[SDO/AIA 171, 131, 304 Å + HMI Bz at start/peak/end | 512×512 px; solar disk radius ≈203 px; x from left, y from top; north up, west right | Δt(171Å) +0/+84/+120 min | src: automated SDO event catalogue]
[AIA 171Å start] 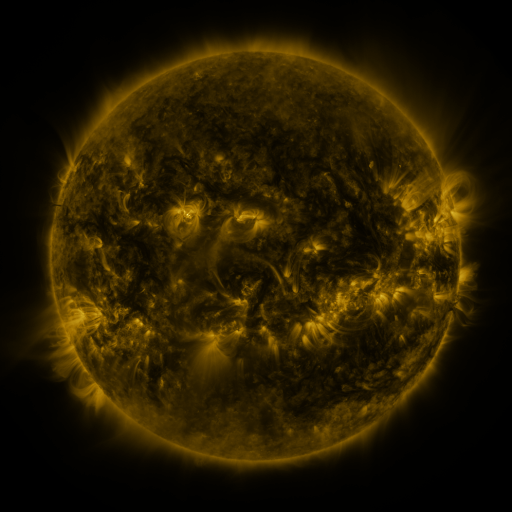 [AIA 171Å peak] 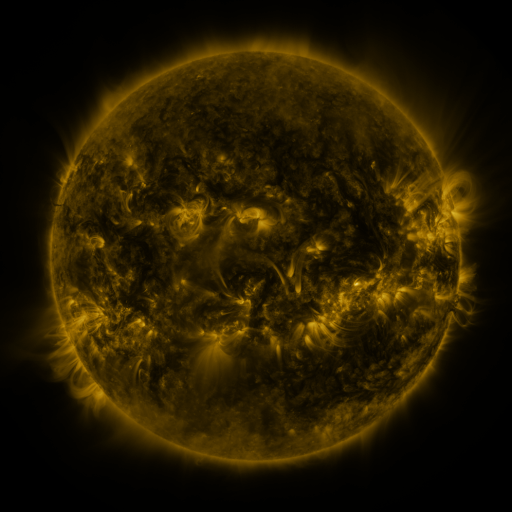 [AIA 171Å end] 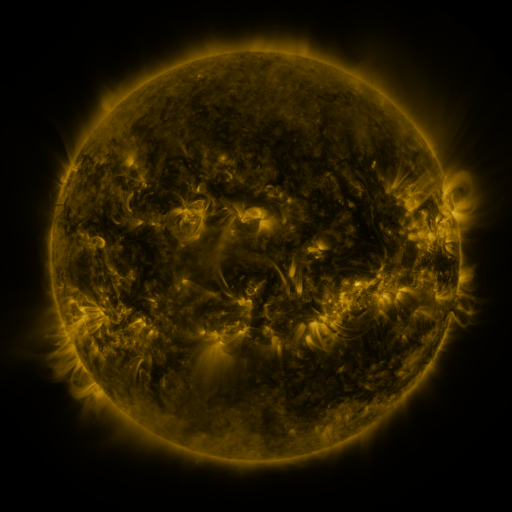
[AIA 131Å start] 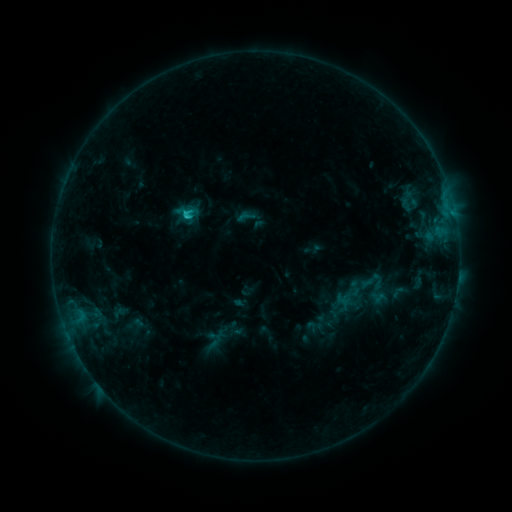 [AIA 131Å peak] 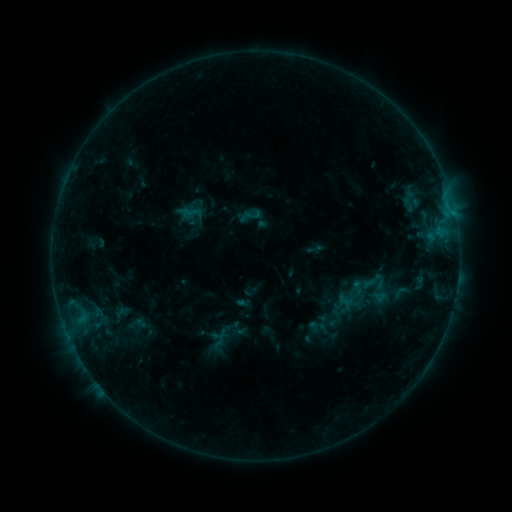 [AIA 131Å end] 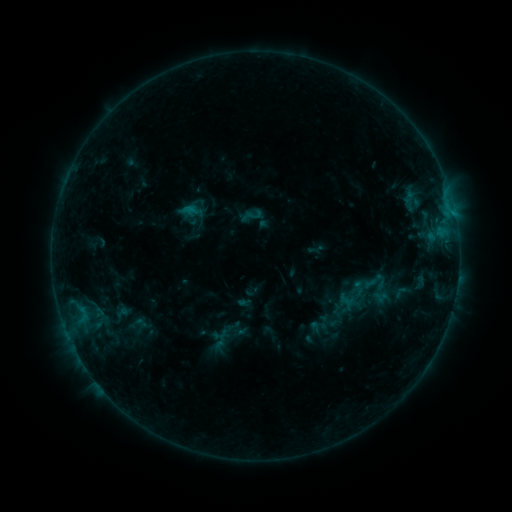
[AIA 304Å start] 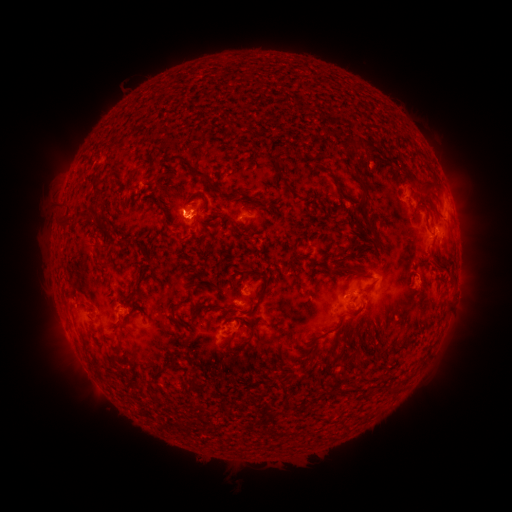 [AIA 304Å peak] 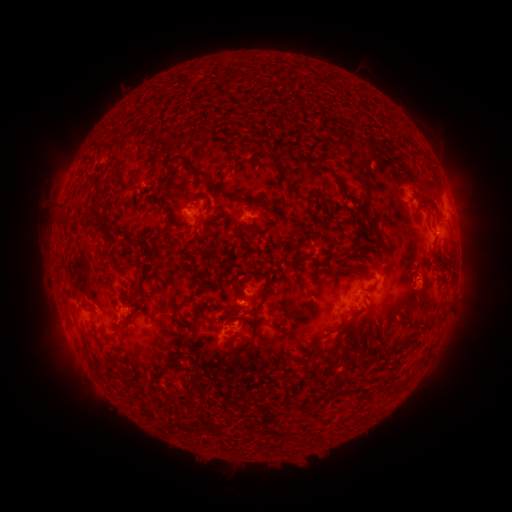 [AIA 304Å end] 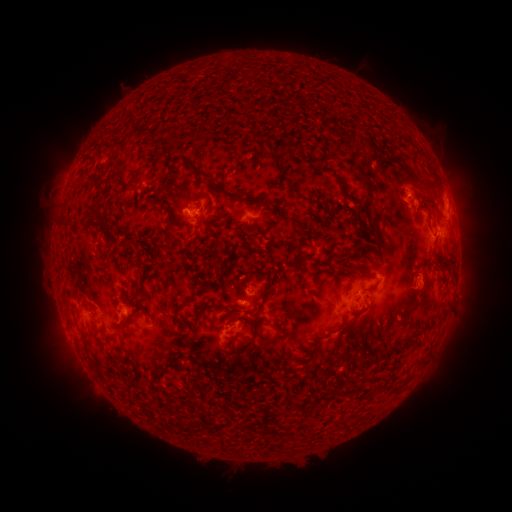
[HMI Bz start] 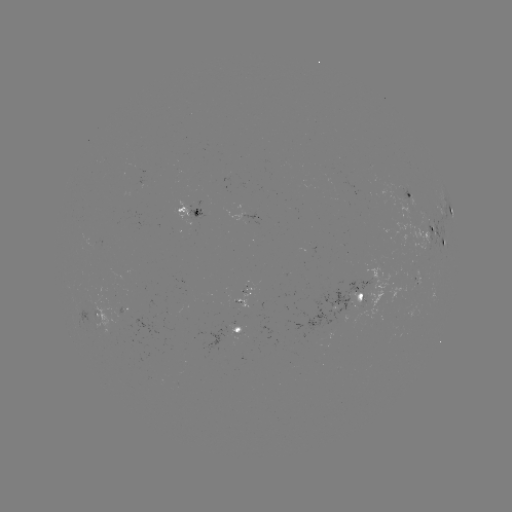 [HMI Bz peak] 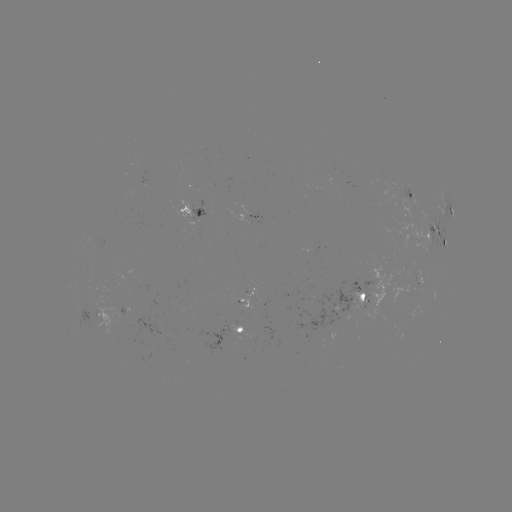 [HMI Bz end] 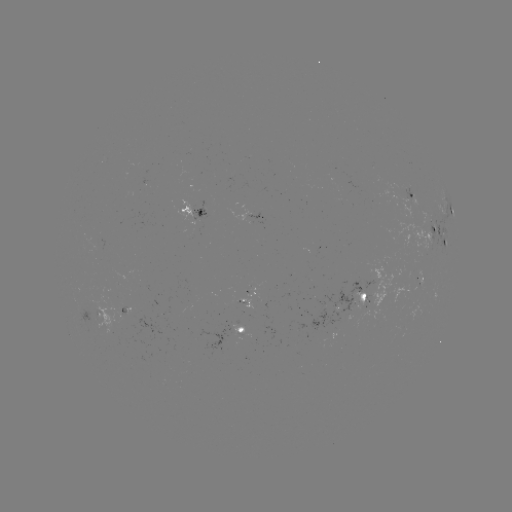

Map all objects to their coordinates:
emerging-flux region: (419, 281)
